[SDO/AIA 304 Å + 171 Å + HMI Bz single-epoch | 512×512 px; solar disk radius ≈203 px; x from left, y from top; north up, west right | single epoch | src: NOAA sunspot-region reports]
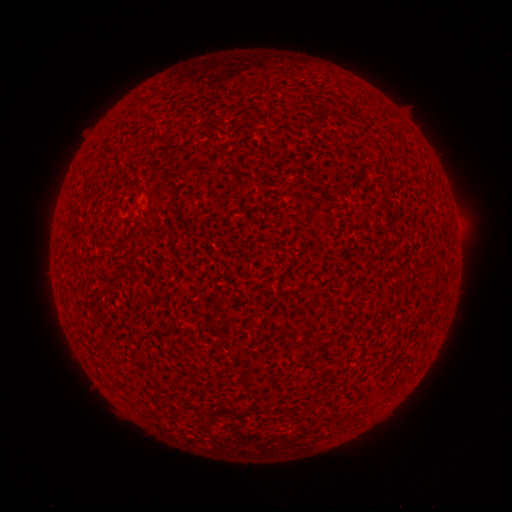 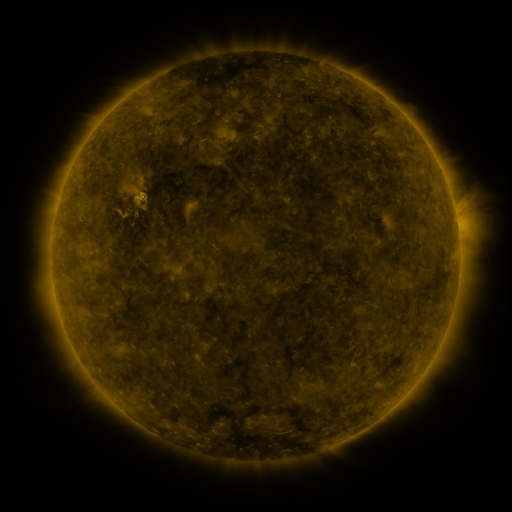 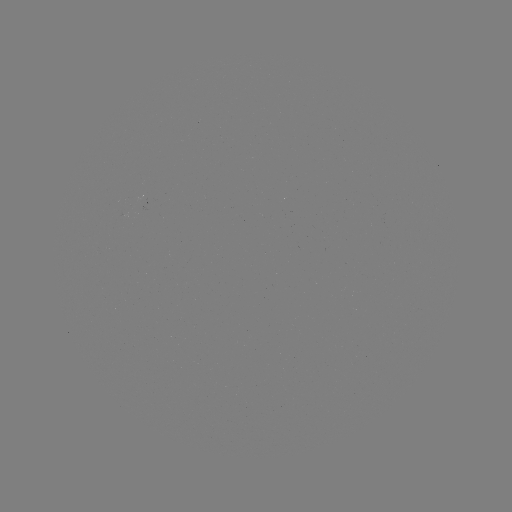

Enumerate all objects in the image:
(none)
